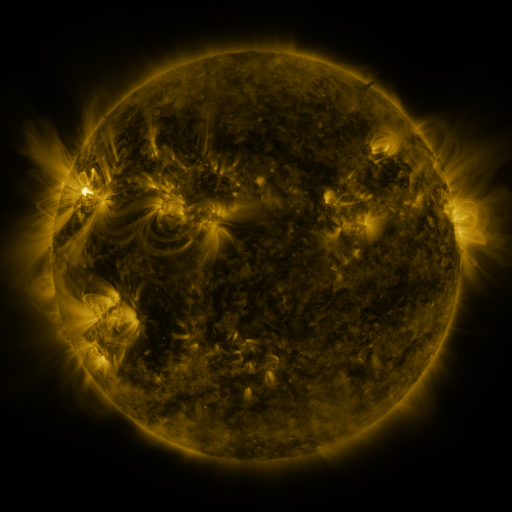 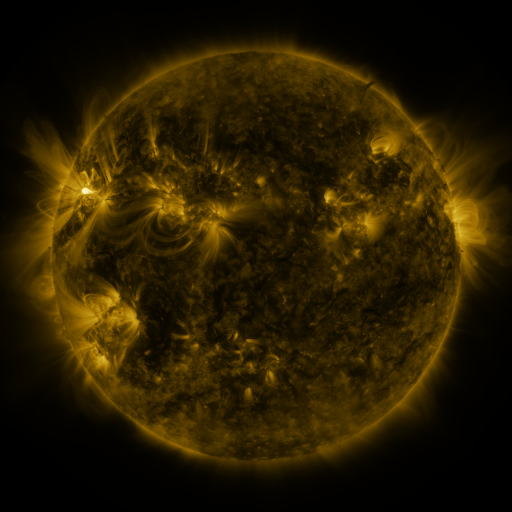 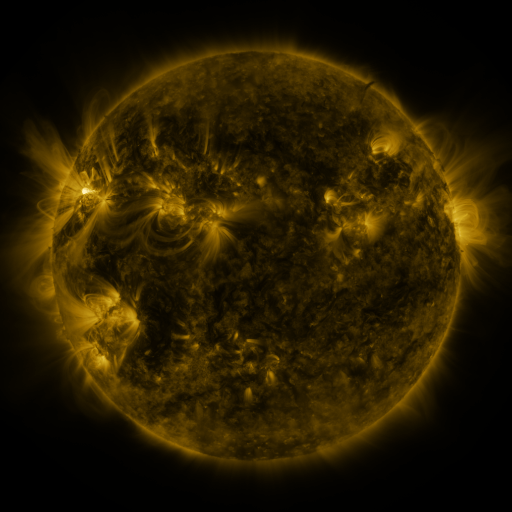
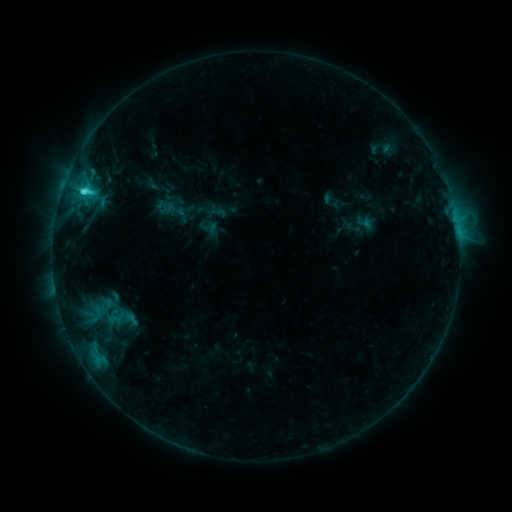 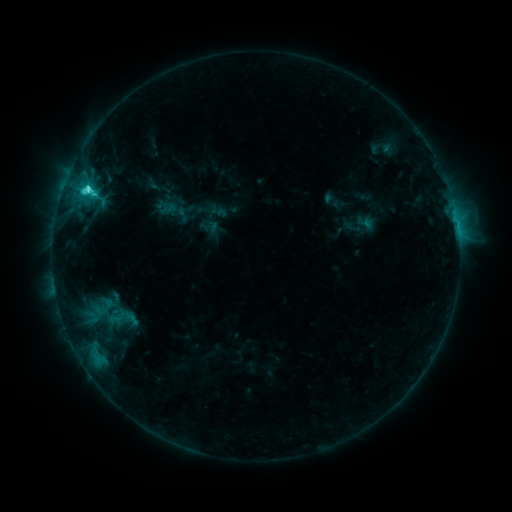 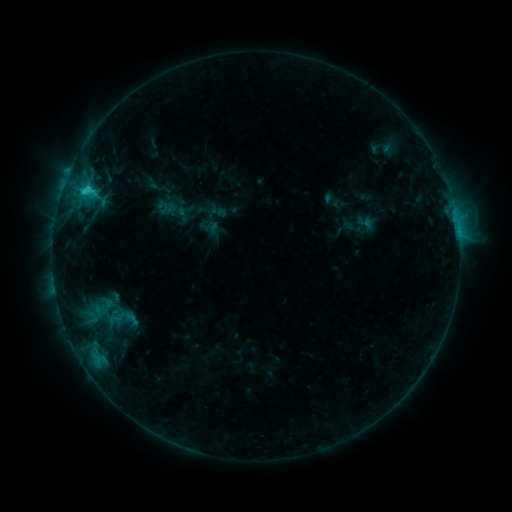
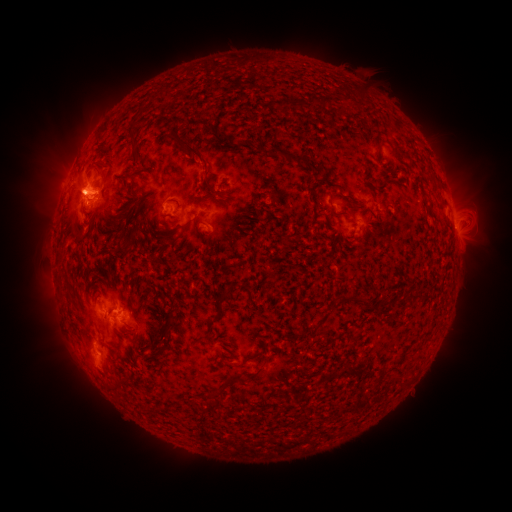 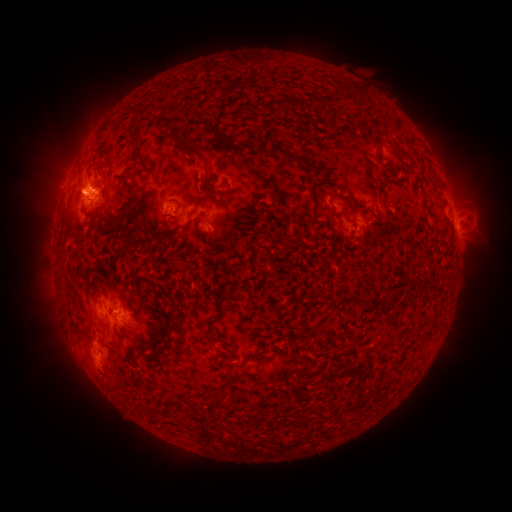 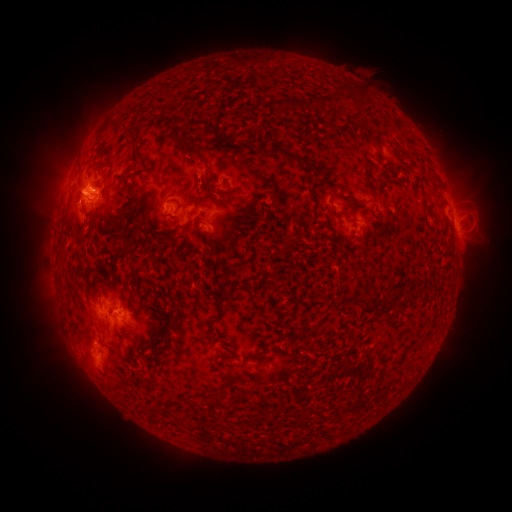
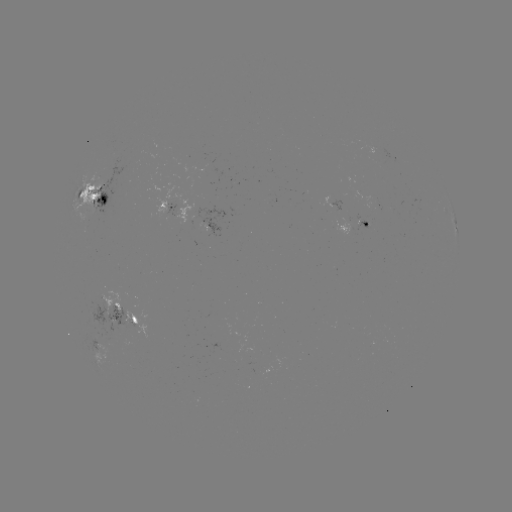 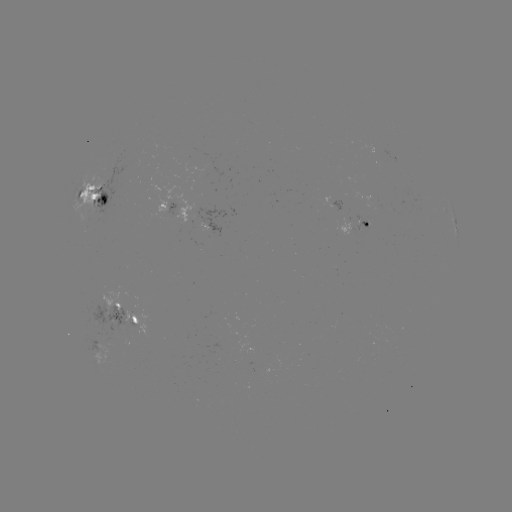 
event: flare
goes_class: C3.8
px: (89, 189)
